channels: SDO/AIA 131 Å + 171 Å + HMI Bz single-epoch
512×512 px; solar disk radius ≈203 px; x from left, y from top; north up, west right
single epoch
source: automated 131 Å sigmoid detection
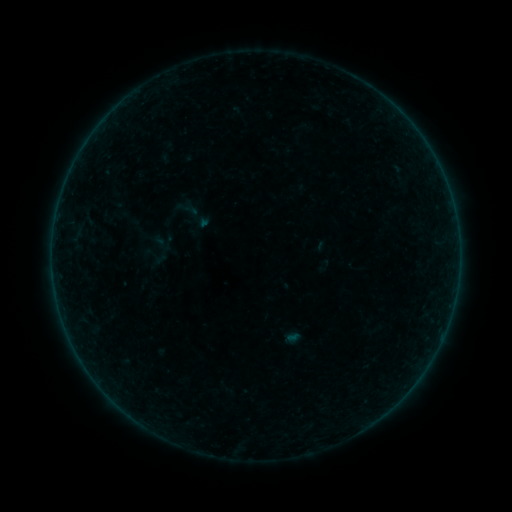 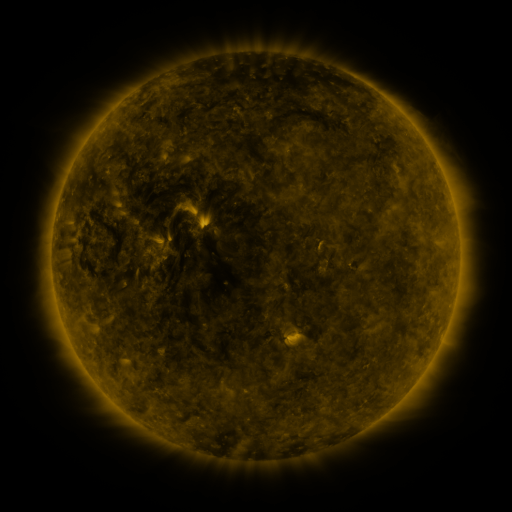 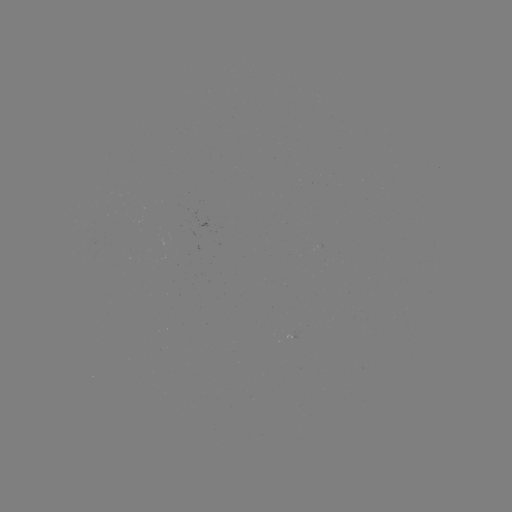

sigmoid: (167, 188, 217, 239)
